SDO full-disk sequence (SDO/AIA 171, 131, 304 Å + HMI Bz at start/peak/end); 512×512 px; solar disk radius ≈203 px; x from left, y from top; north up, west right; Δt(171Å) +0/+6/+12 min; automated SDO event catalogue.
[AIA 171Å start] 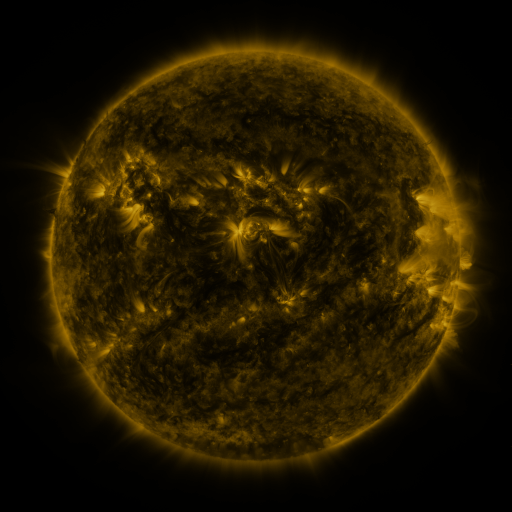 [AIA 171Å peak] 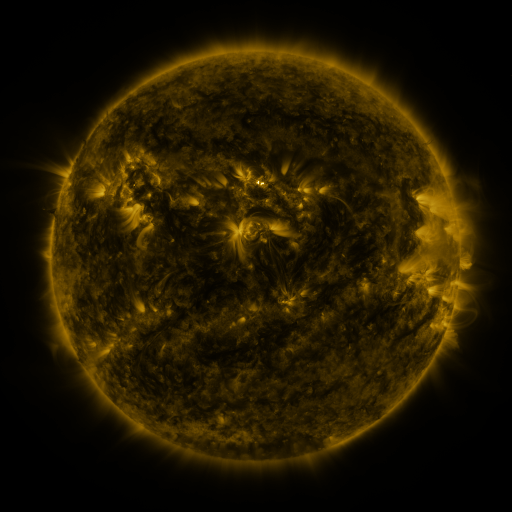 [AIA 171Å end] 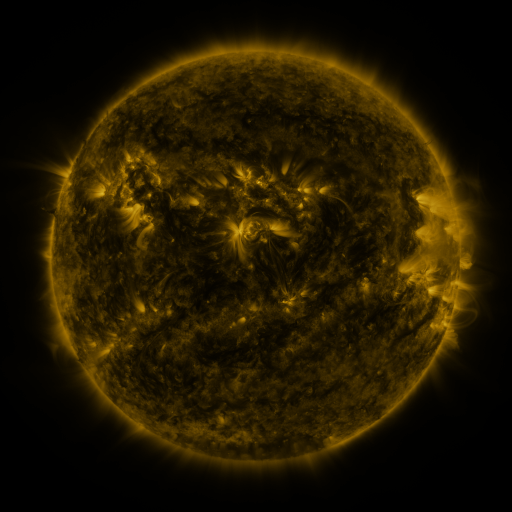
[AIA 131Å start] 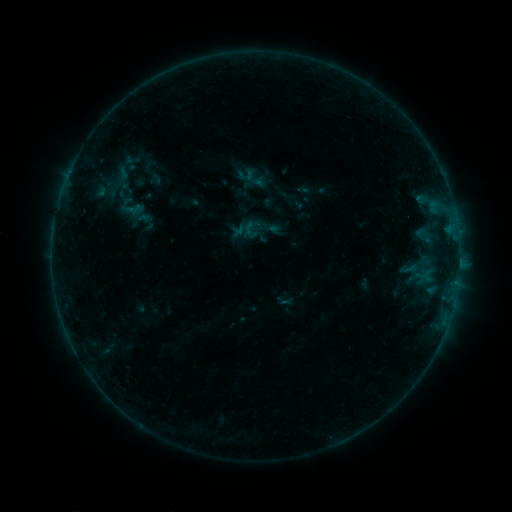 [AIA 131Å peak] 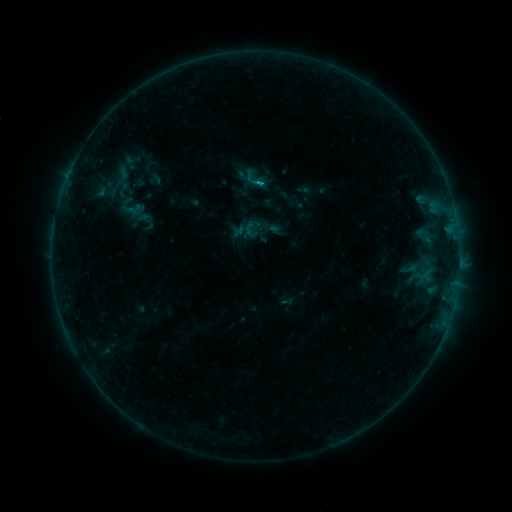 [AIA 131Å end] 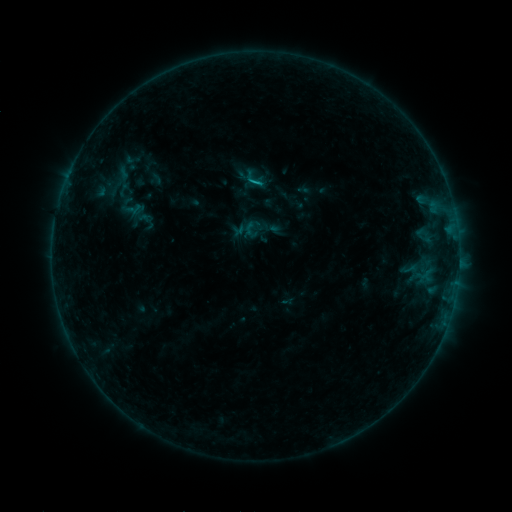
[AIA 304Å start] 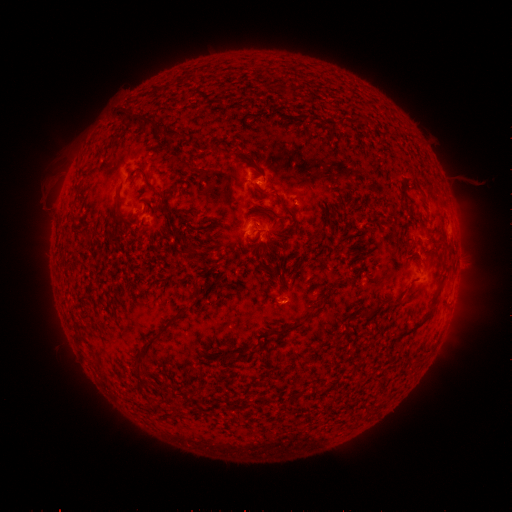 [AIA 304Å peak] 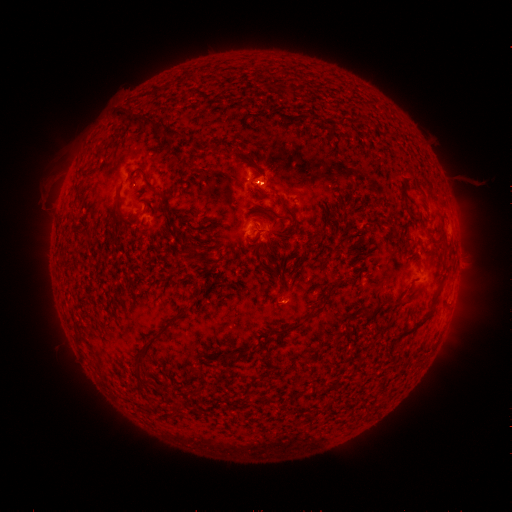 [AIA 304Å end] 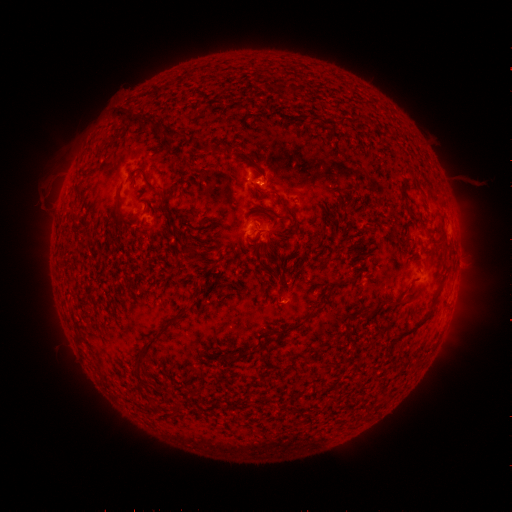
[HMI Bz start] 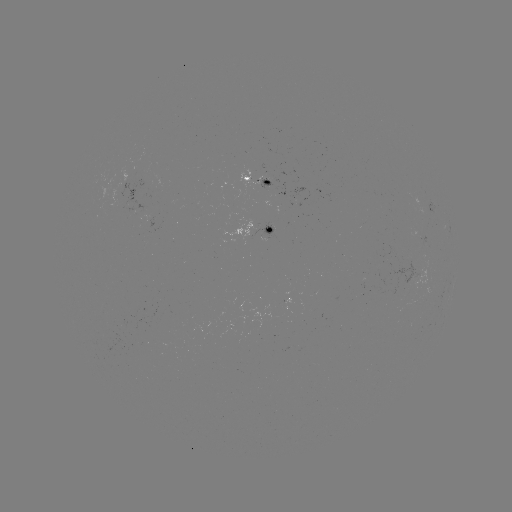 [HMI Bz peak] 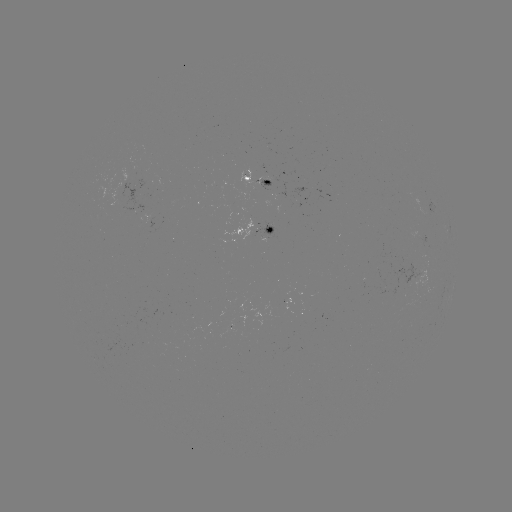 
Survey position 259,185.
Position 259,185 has B6.8 flare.